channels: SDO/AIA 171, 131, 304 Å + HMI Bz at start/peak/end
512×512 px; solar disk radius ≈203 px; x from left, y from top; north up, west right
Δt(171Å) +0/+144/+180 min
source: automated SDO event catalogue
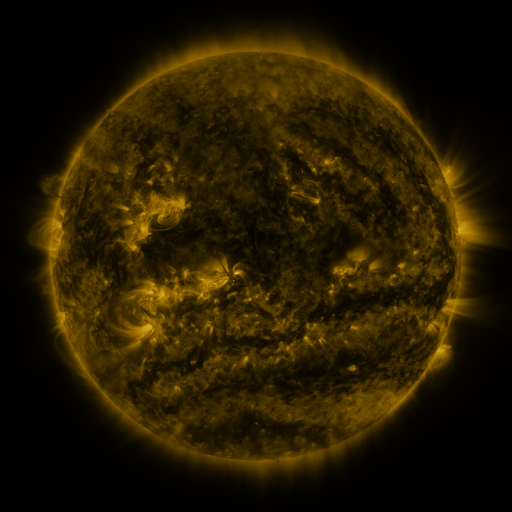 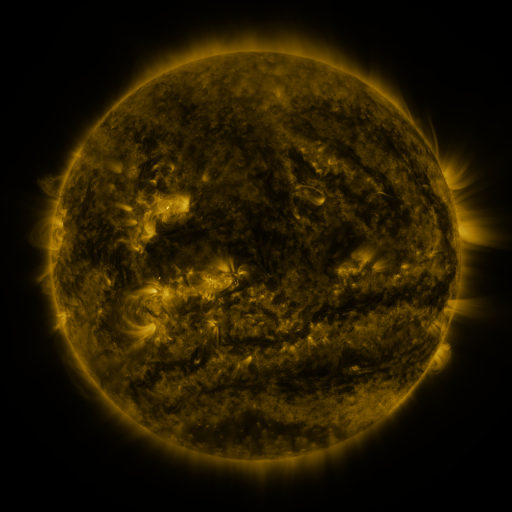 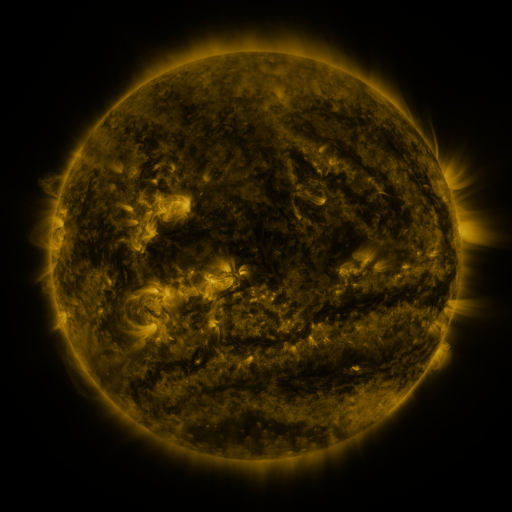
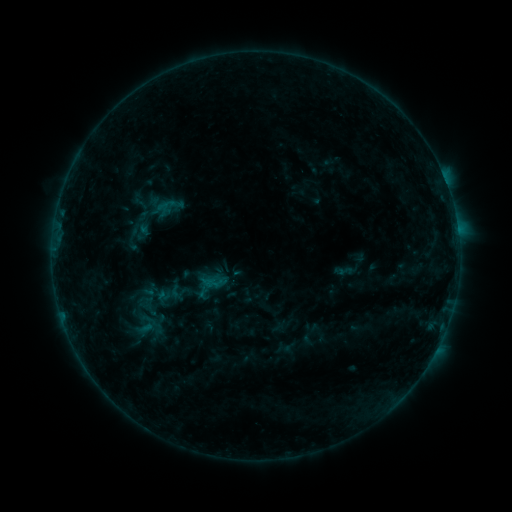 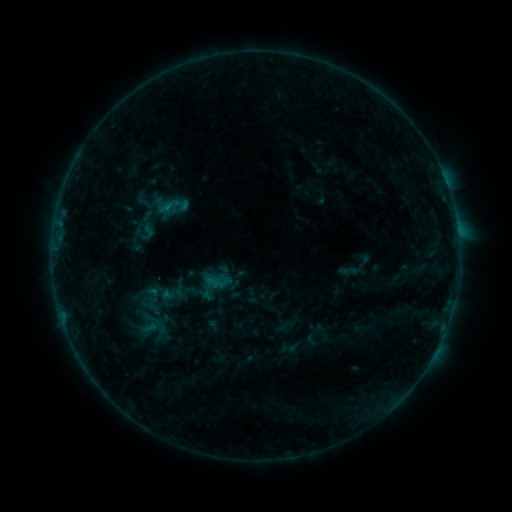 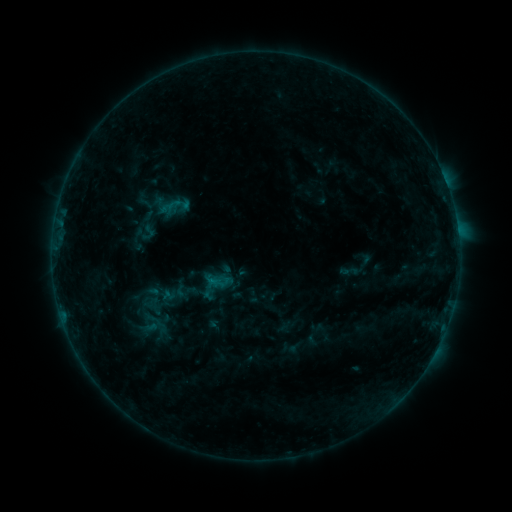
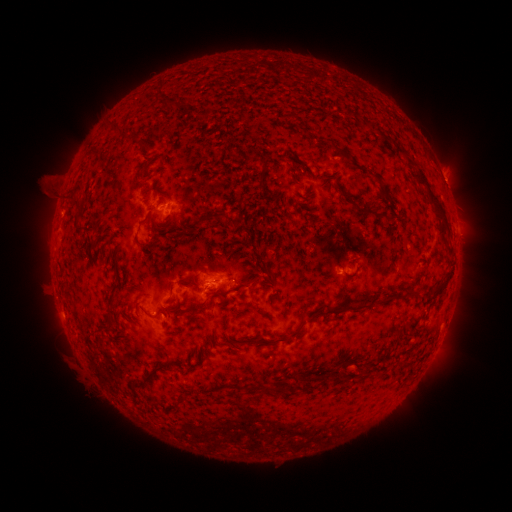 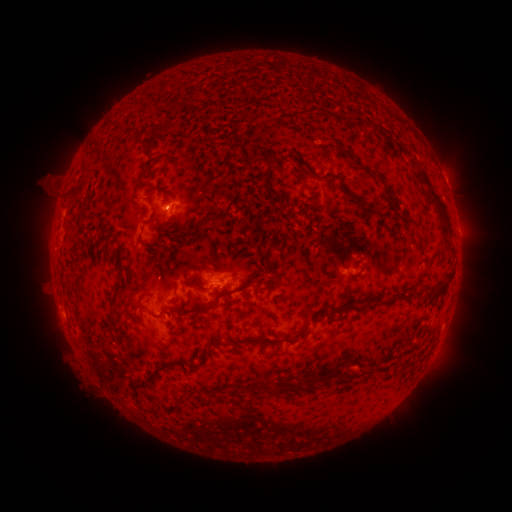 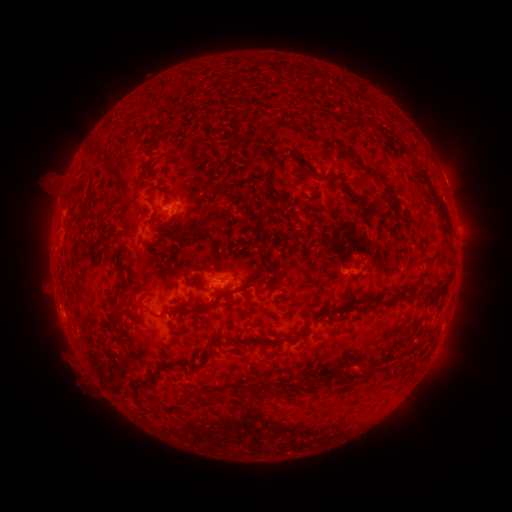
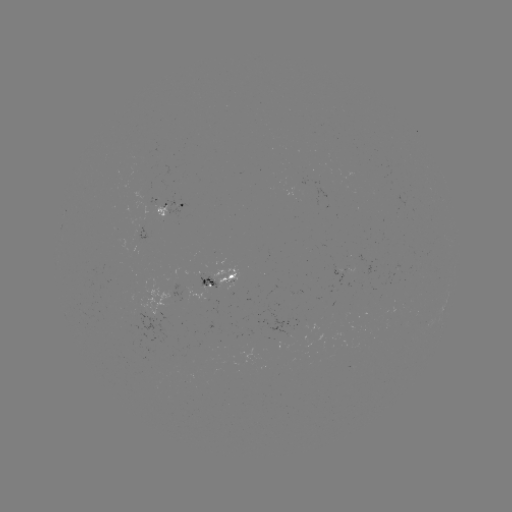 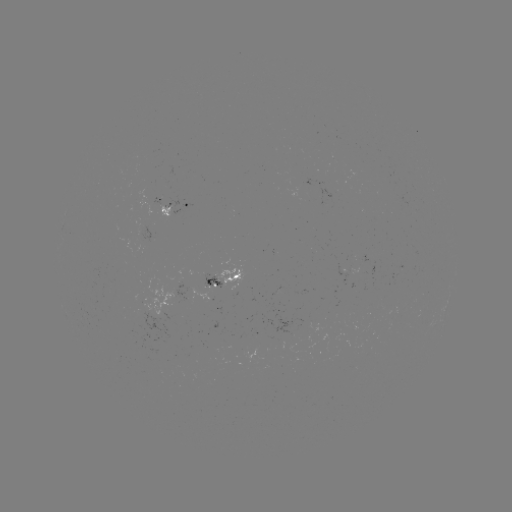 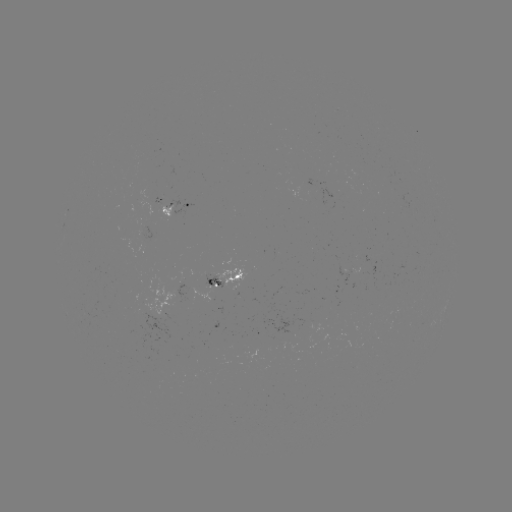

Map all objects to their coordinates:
emerging-flux region: (276, 293)
